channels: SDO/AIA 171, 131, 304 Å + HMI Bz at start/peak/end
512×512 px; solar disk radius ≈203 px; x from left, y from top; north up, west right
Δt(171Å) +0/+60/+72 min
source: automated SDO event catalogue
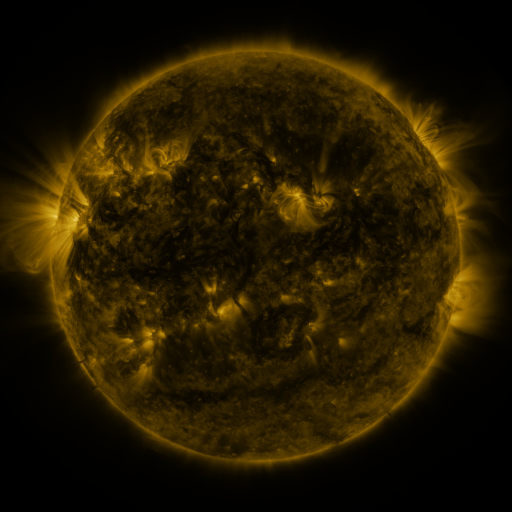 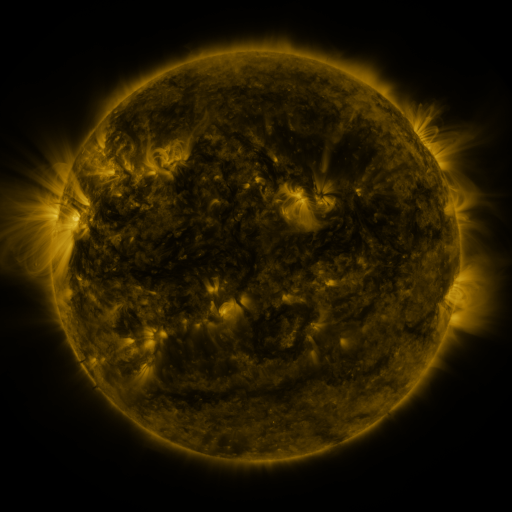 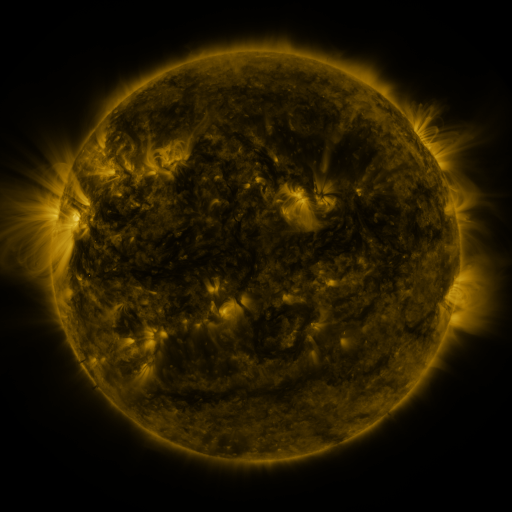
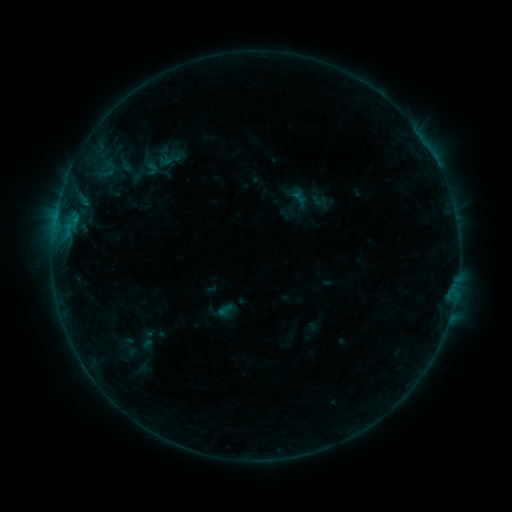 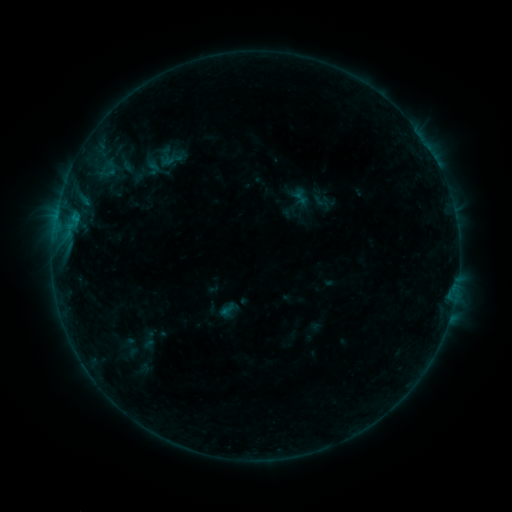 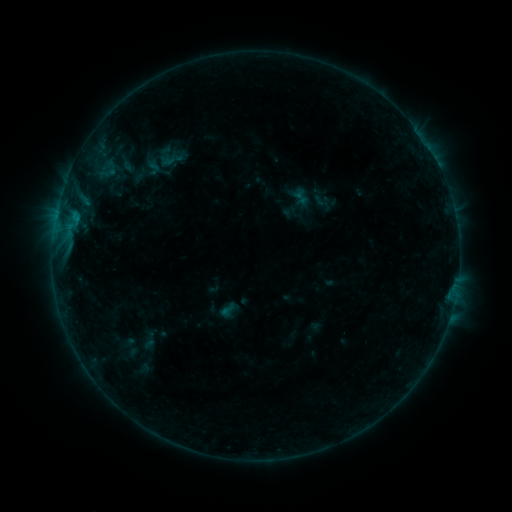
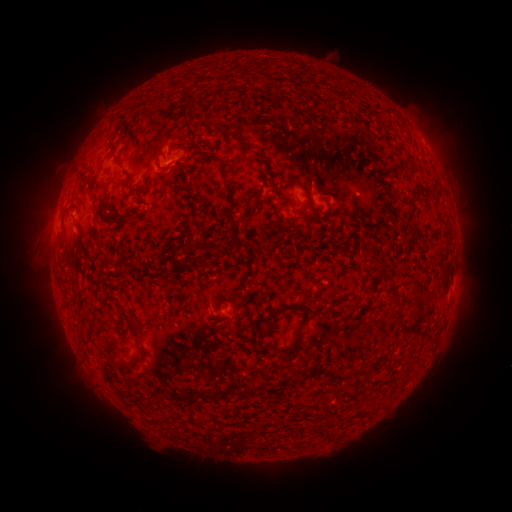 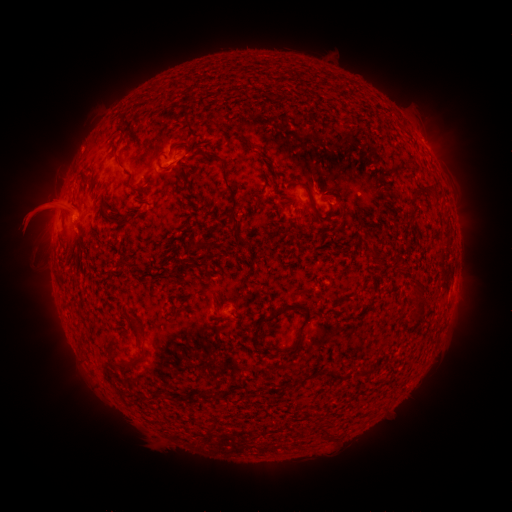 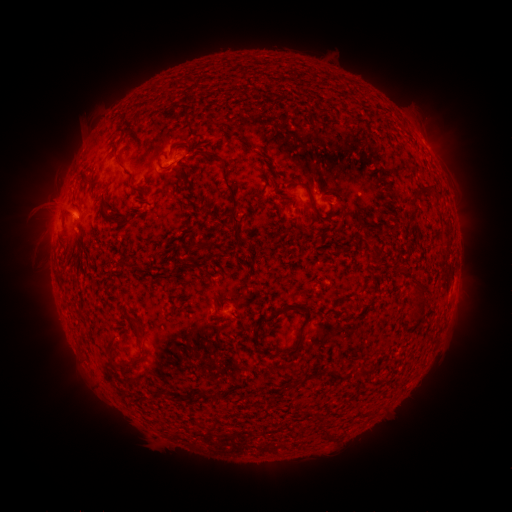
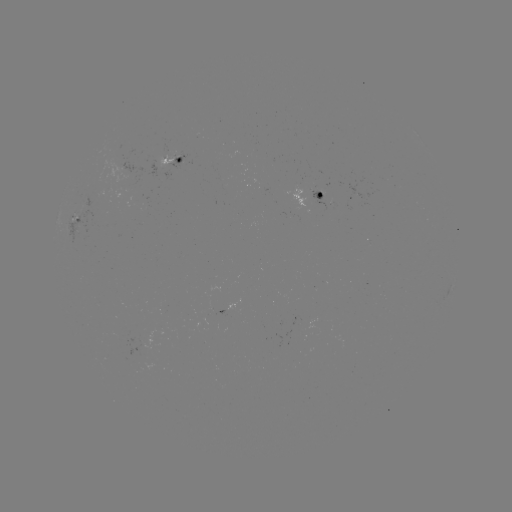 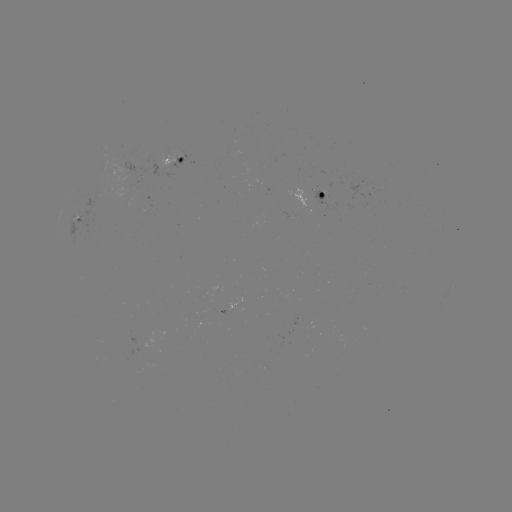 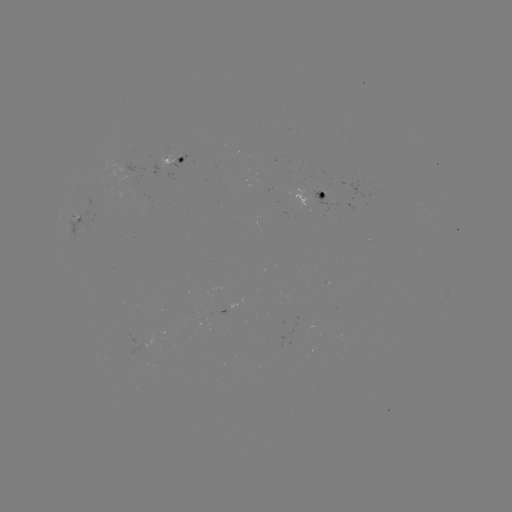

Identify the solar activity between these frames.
emerging-flux region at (317, 194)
